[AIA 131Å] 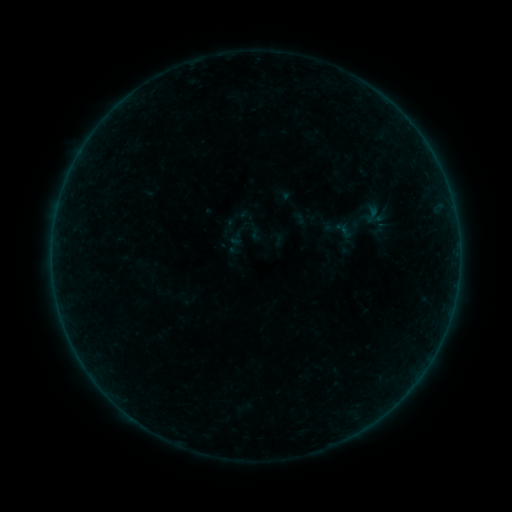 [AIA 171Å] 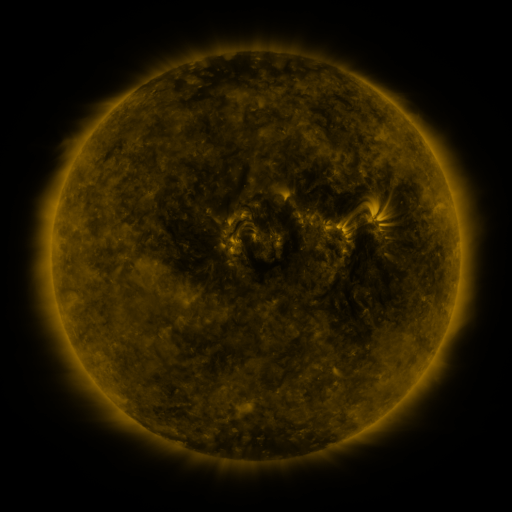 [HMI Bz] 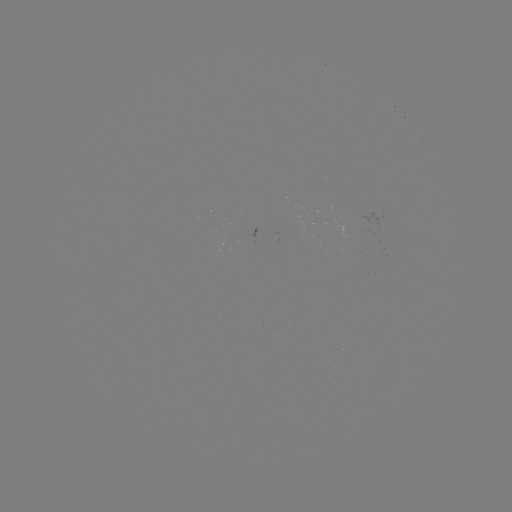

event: sigmoid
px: (372, 214)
